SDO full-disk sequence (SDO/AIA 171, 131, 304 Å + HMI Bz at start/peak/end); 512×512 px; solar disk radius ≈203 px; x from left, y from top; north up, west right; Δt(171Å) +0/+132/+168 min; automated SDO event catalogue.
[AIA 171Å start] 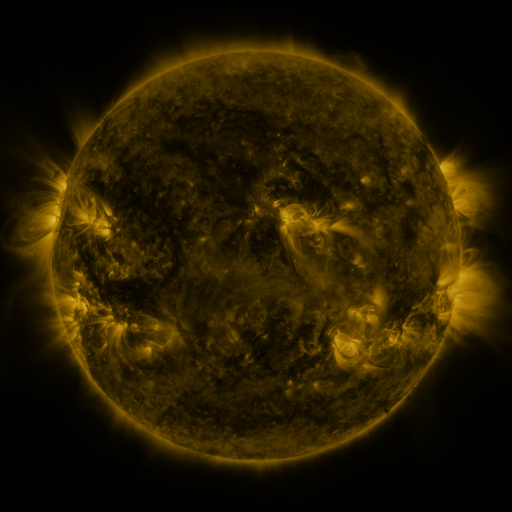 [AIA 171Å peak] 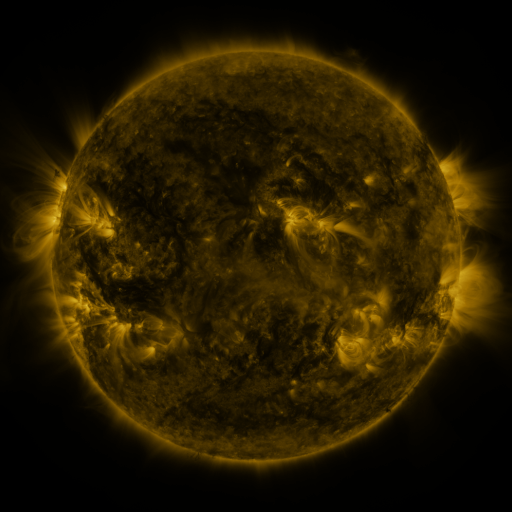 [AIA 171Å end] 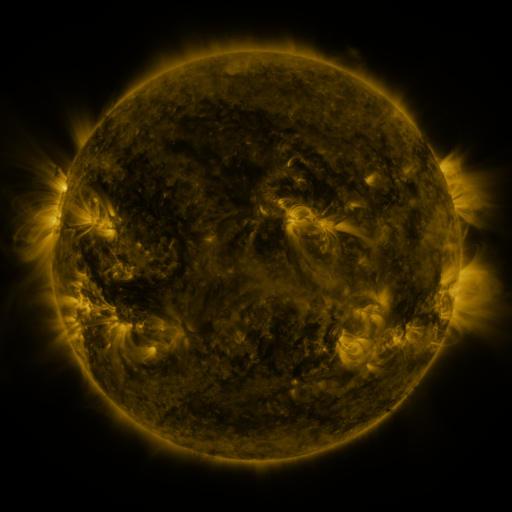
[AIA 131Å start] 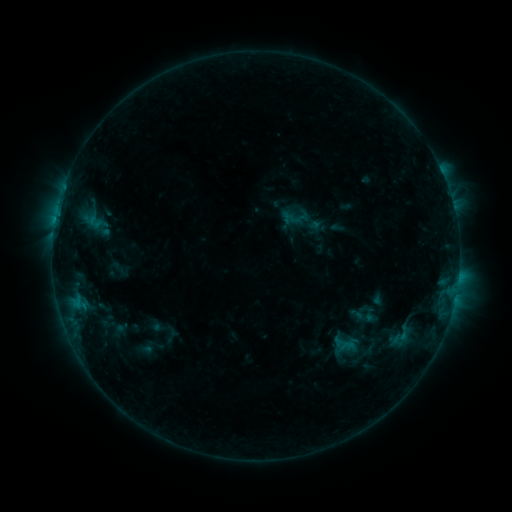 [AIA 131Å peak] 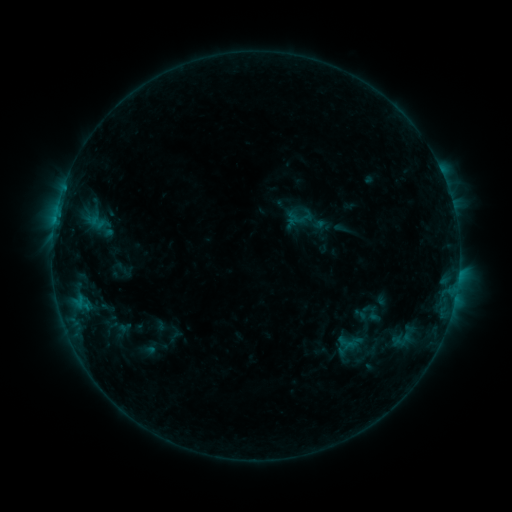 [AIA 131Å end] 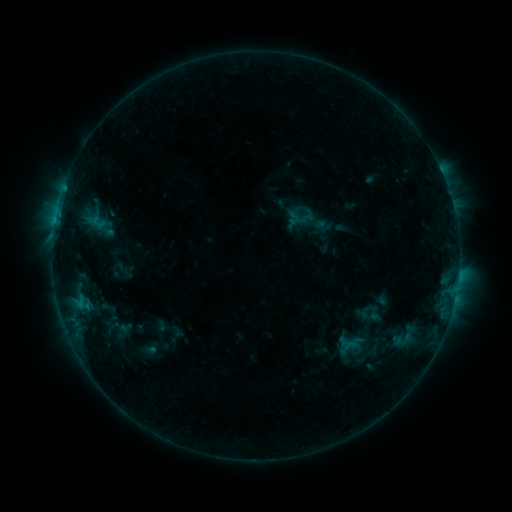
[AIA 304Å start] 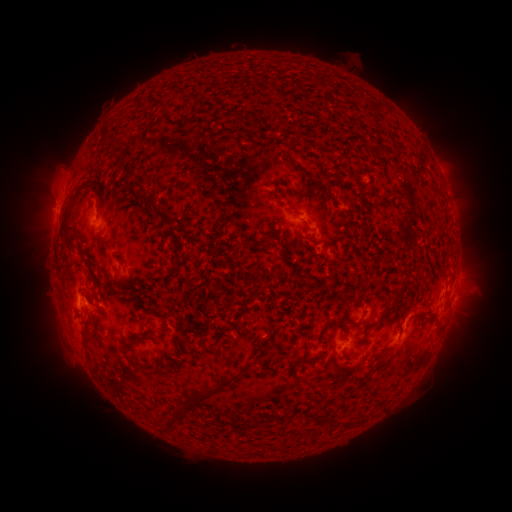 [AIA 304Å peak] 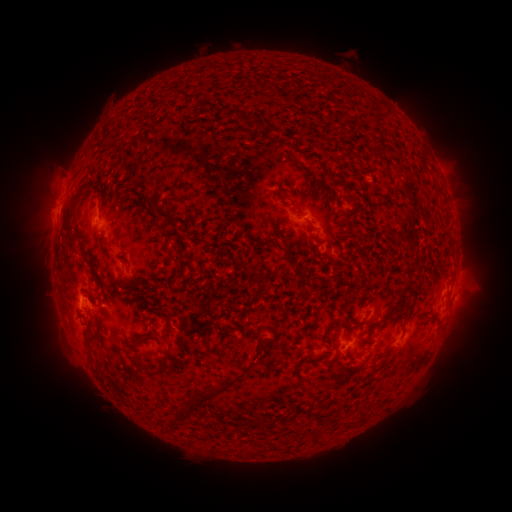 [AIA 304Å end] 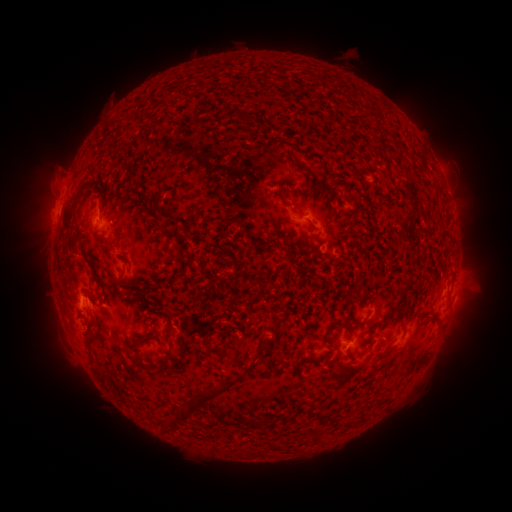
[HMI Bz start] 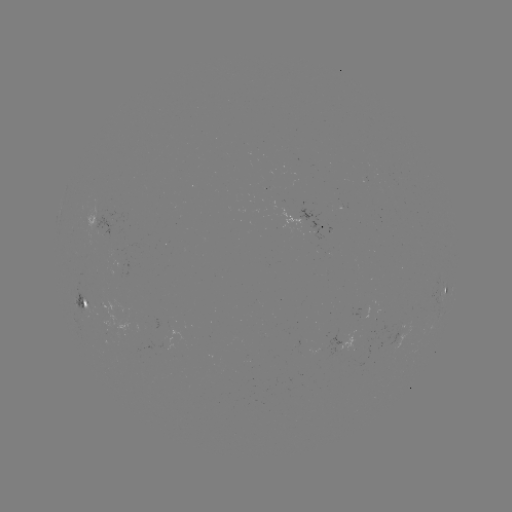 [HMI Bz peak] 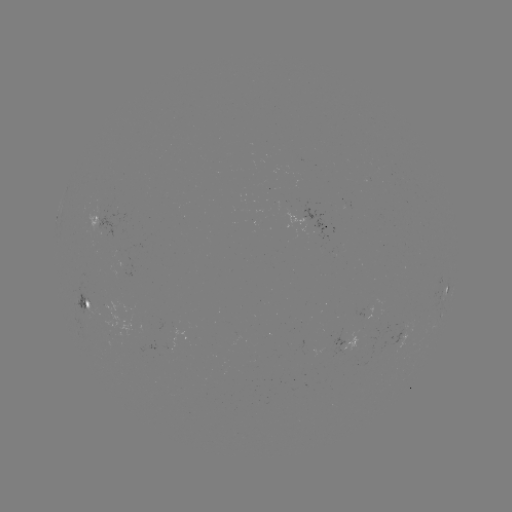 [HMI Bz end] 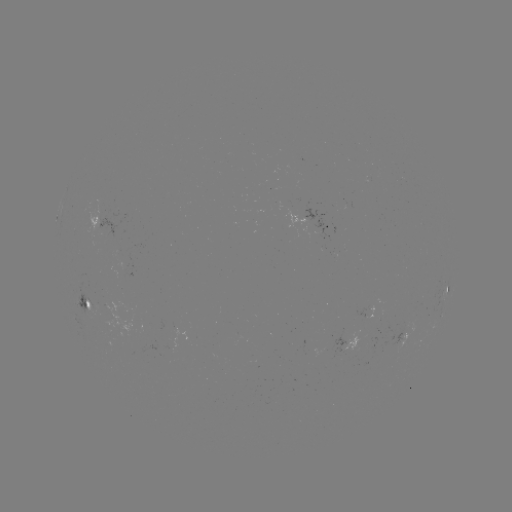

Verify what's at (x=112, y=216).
emerging-flux region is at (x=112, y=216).